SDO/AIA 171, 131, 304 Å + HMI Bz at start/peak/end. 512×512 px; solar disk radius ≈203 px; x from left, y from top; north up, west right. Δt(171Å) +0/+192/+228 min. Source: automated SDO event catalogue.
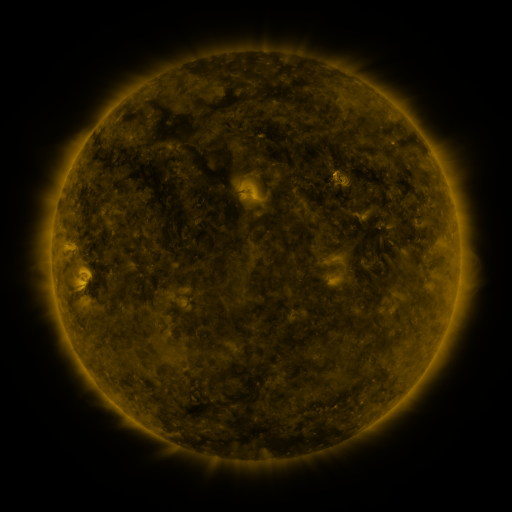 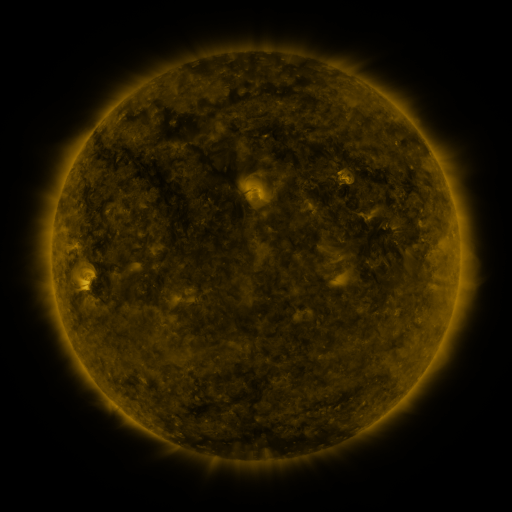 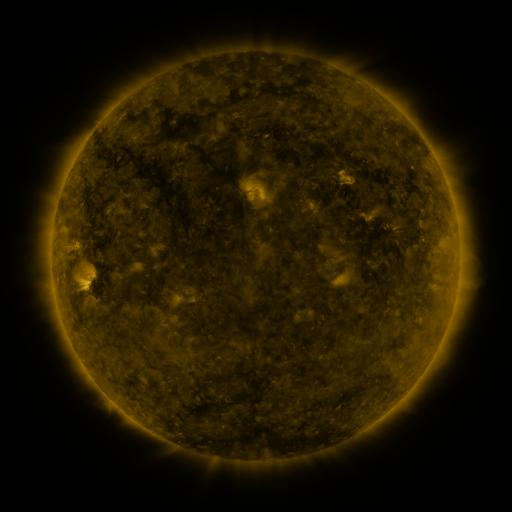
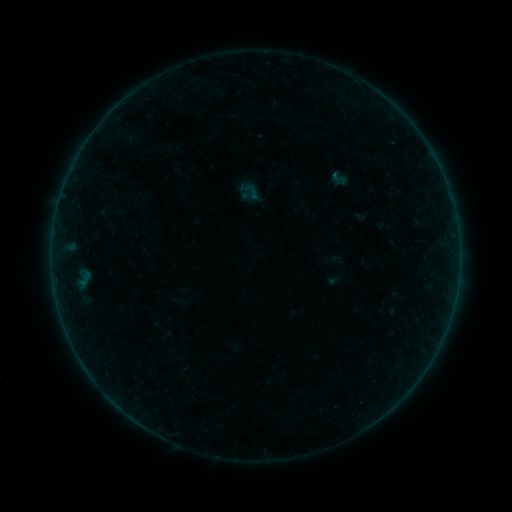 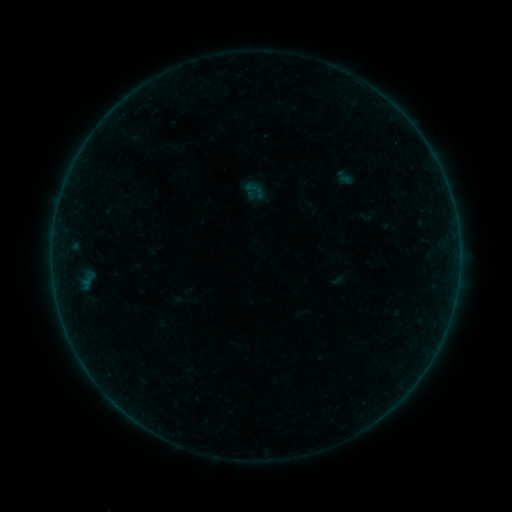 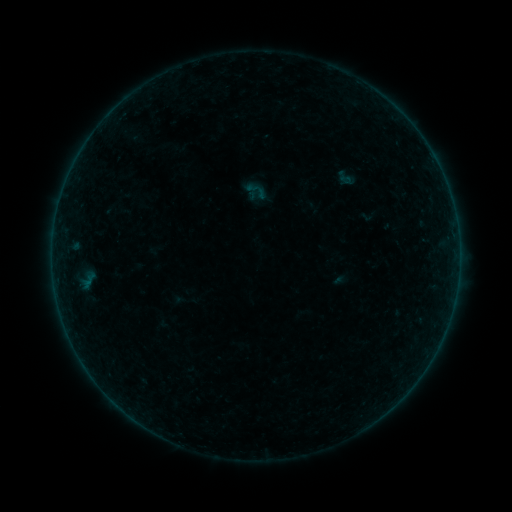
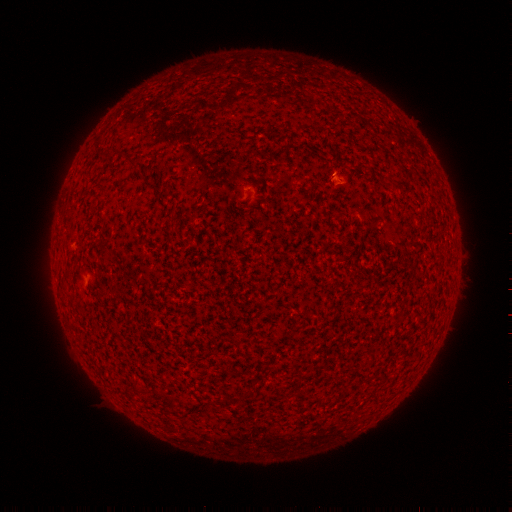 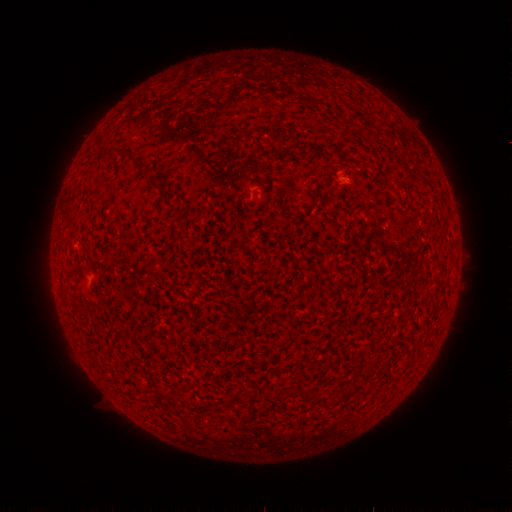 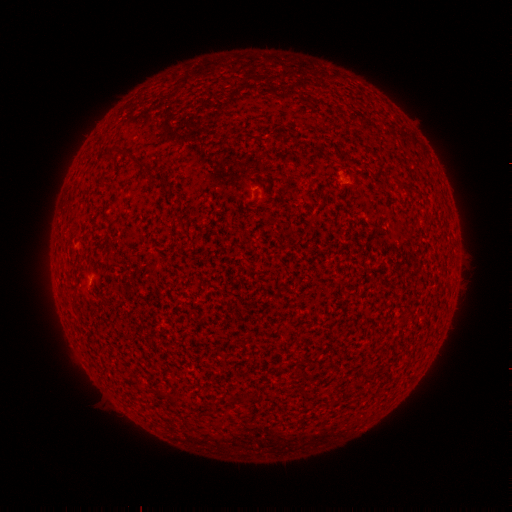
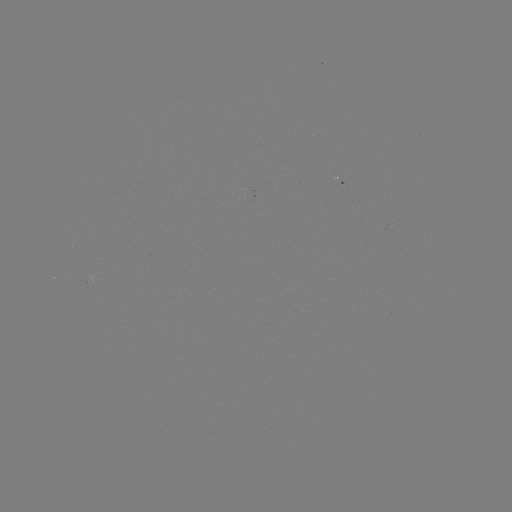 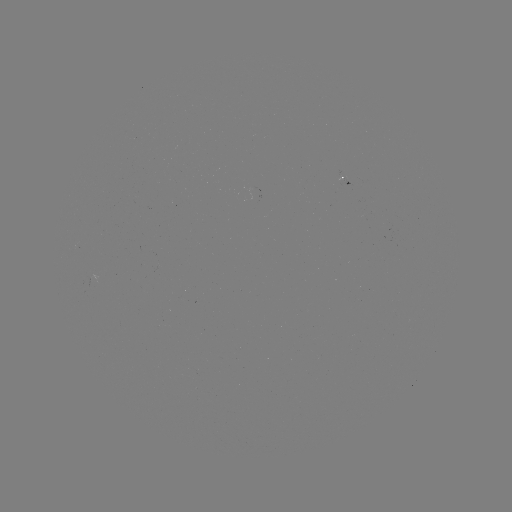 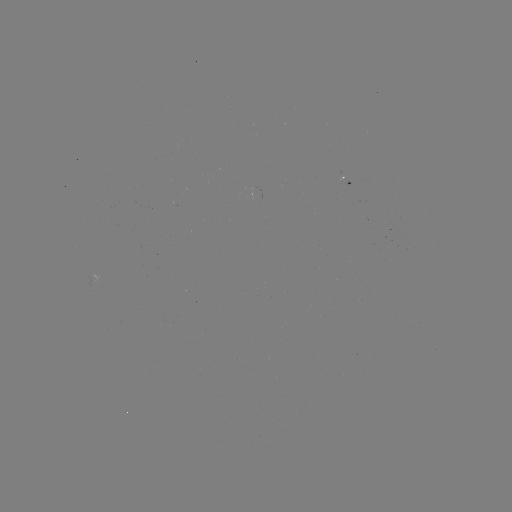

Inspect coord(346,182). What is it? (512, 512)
emerging-flux region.